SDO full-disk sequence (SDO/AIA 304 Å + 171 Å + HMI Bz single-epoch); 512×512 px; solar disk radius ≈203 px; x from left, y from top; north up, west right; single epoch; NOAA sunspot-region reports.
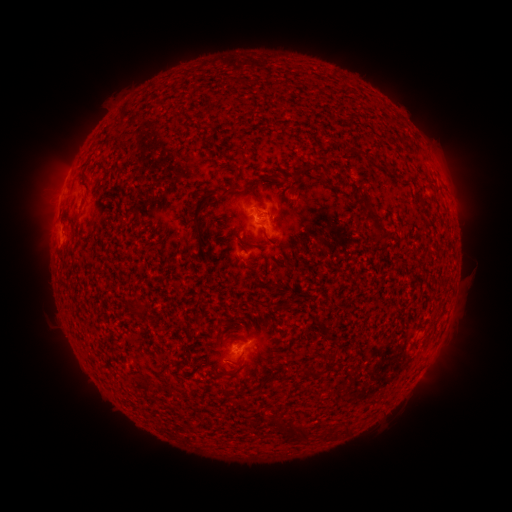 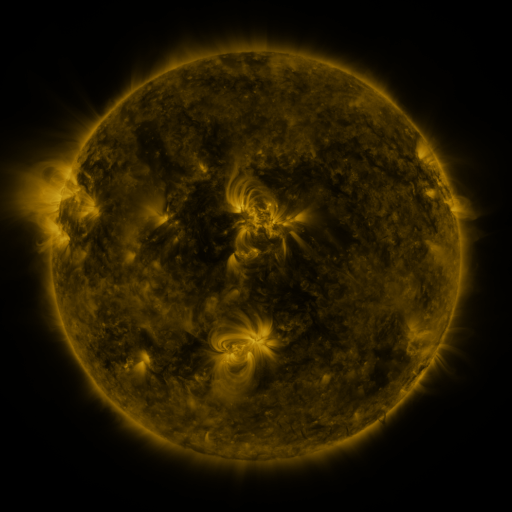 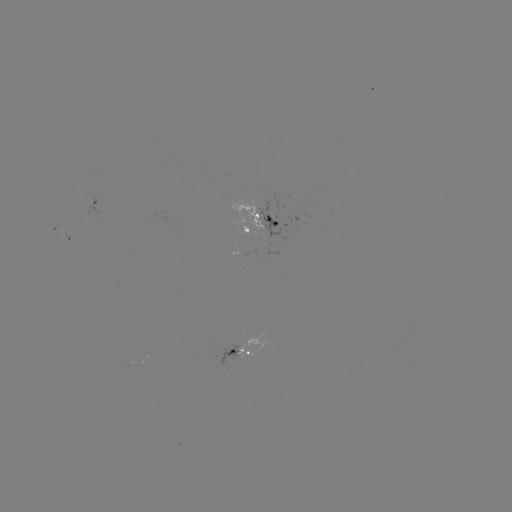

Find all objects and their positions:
spotted active region: (93, 206)
spotted active region: (259, 223)
spotted active region: (68, 244)
spotted active region: (246, 351)
